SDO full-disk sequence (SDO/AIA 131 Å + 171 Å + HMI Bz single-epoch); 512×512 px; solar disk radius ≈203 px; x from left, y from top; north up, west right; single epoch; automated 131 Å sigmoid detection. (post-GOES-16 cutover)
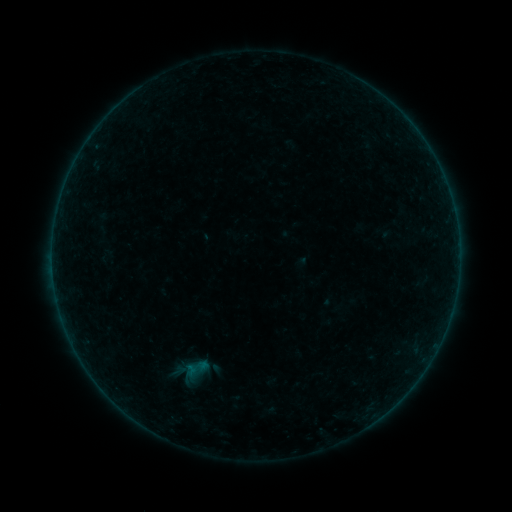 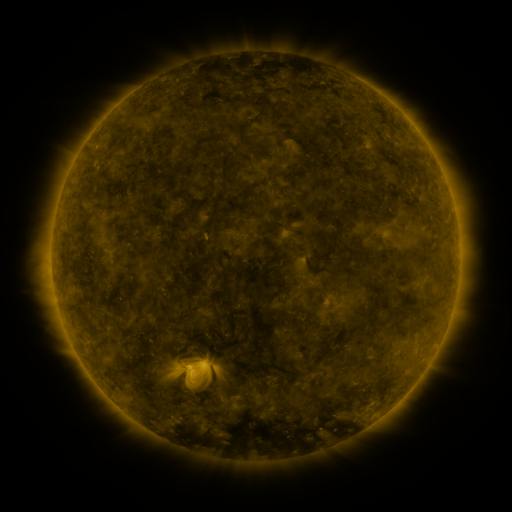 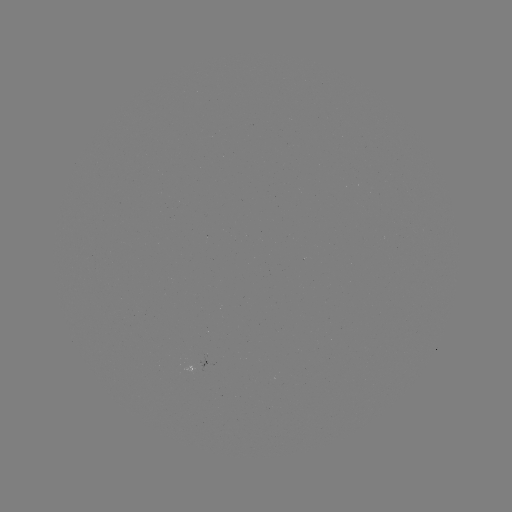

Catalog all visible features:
sigmoid: (195, 369)
